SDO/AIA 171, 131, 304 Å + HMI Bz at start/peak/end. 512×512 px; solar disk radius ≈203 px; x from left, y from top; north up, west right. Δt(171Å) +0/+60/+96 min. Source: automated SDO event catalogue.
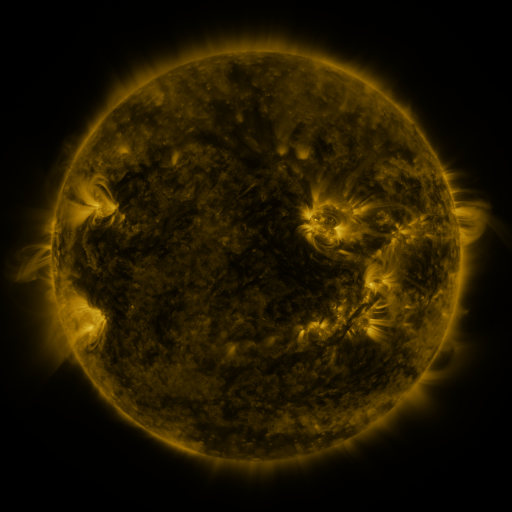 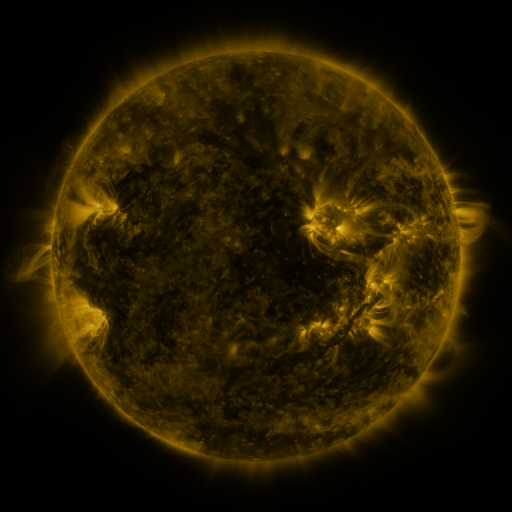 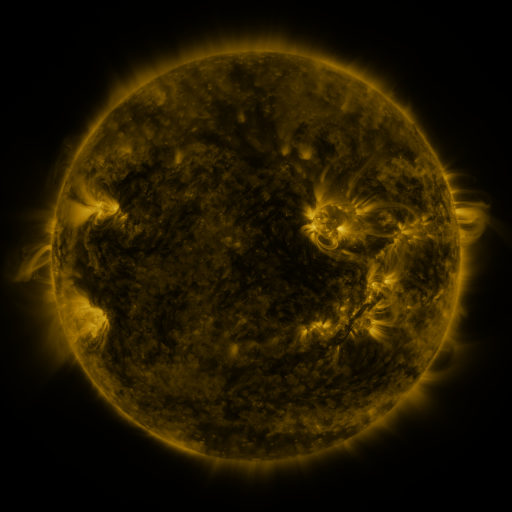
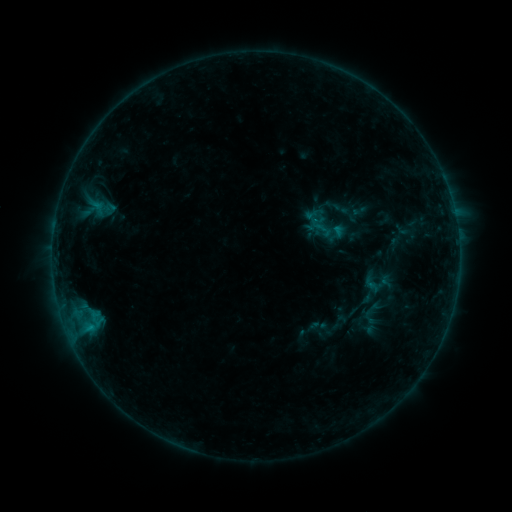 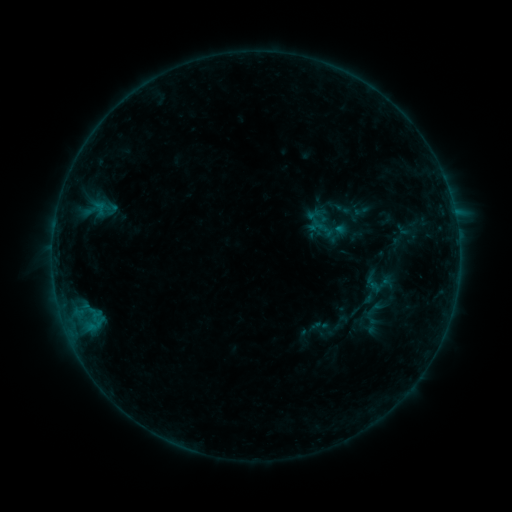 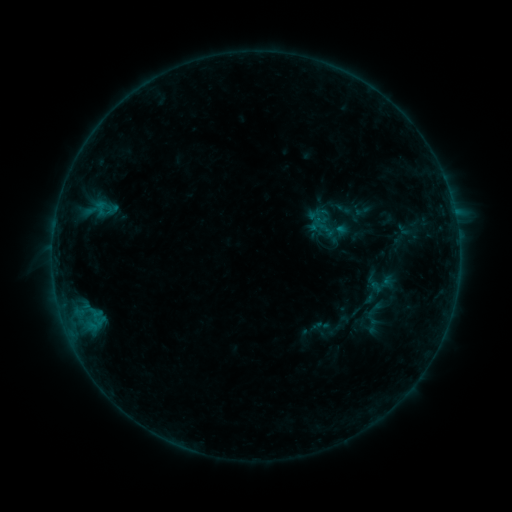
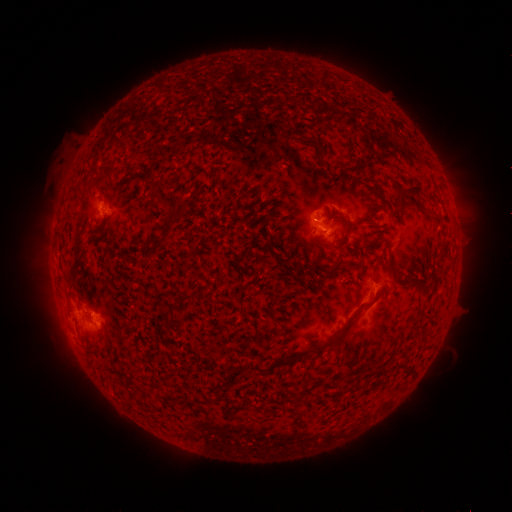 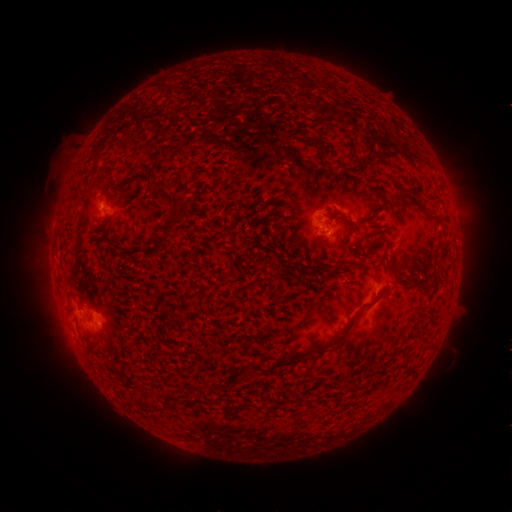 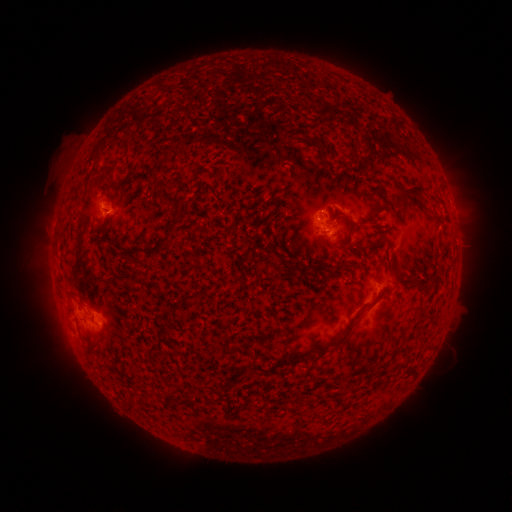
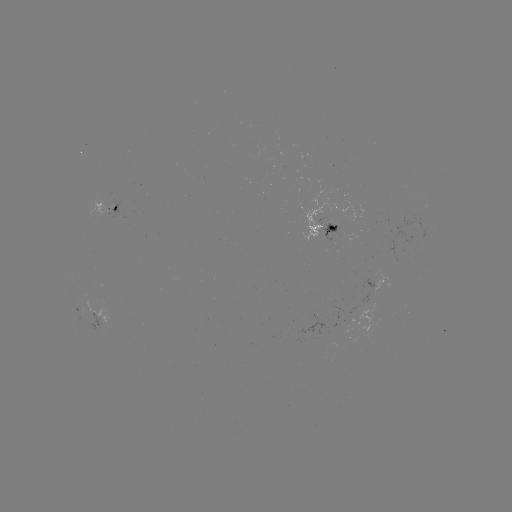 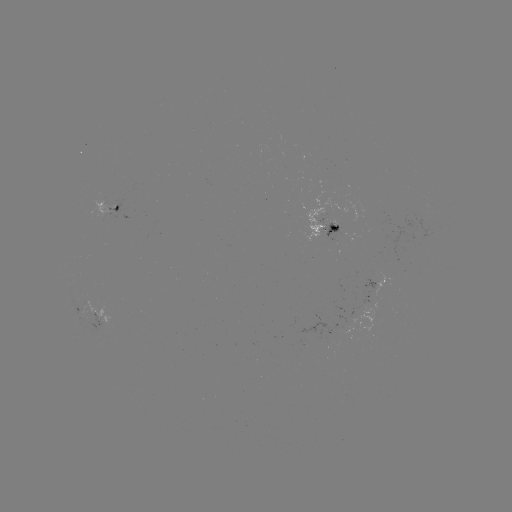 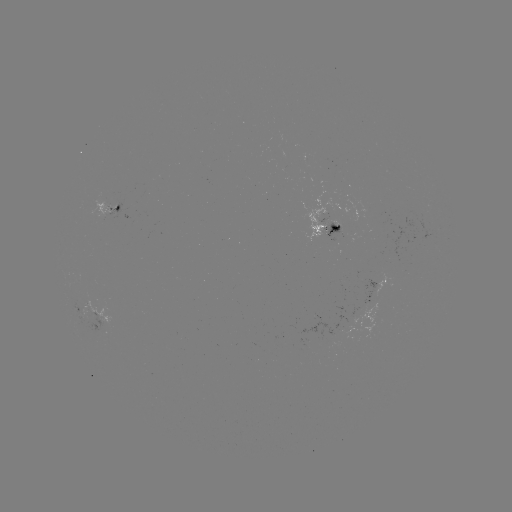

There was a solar emerging-flux region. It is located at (338, 227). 